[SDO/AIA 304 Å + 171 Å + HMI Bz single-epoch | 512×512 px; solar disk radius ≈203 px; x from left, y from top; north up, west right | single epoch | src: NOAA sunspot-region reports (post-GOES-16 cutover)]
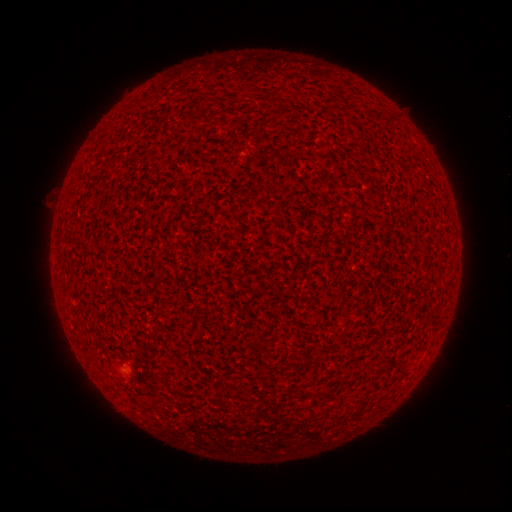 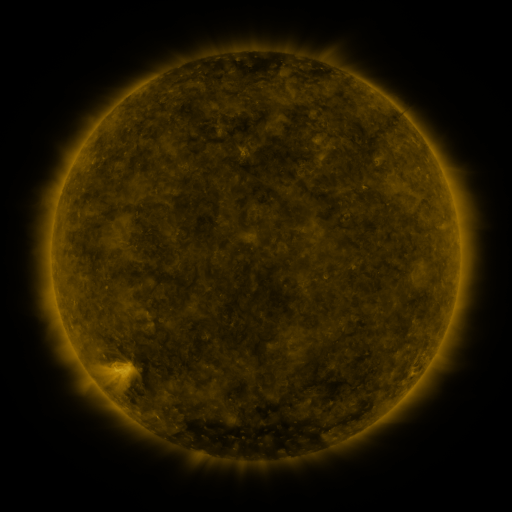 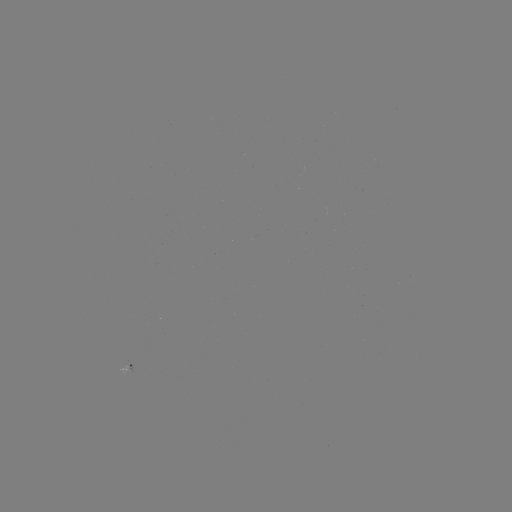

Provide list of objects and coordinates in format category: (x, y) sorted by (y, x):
spotted active region: (126, 366)
